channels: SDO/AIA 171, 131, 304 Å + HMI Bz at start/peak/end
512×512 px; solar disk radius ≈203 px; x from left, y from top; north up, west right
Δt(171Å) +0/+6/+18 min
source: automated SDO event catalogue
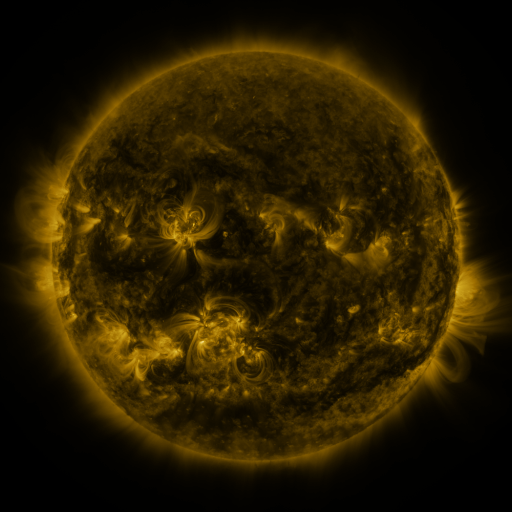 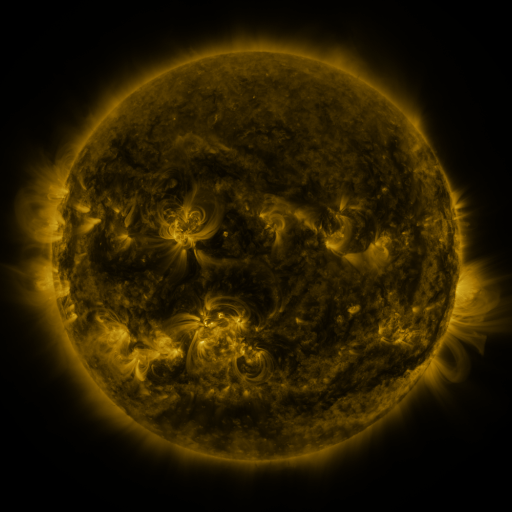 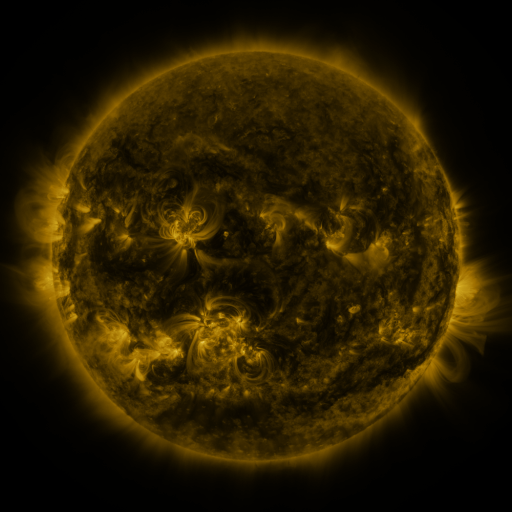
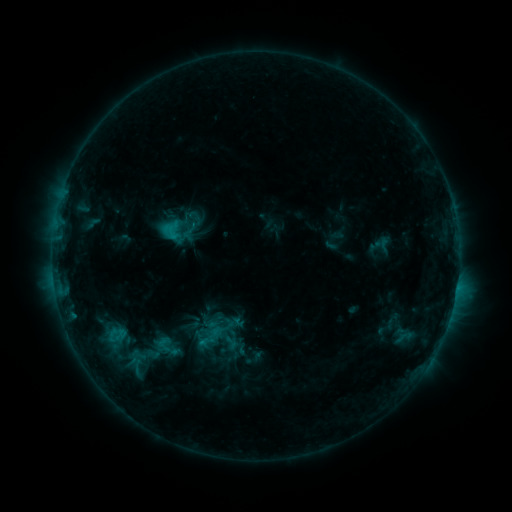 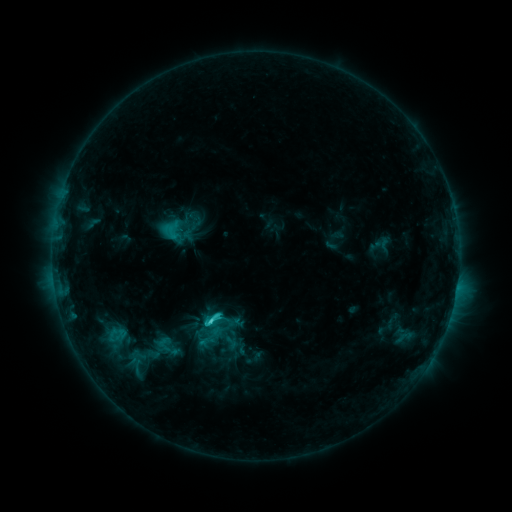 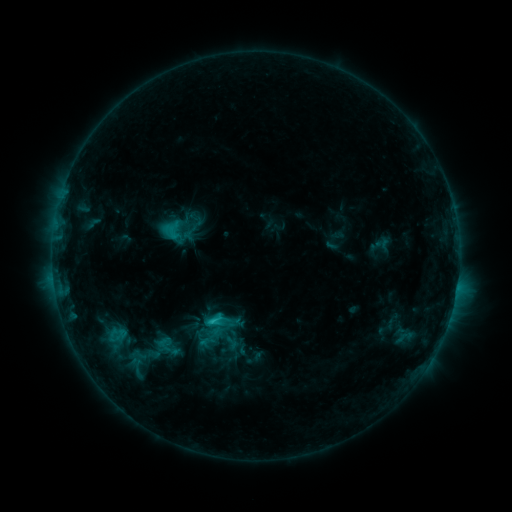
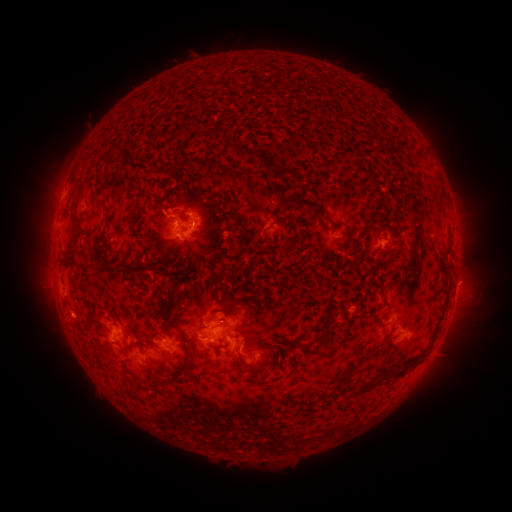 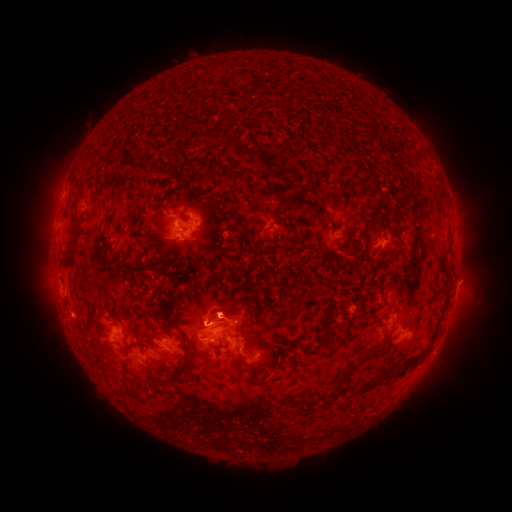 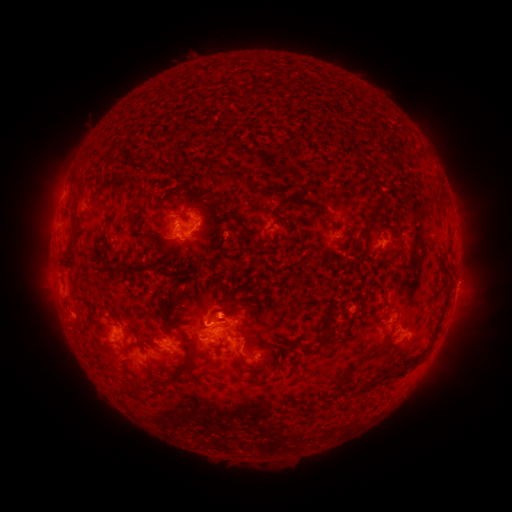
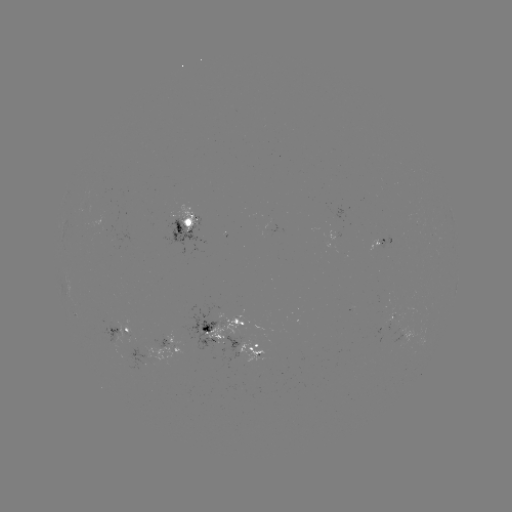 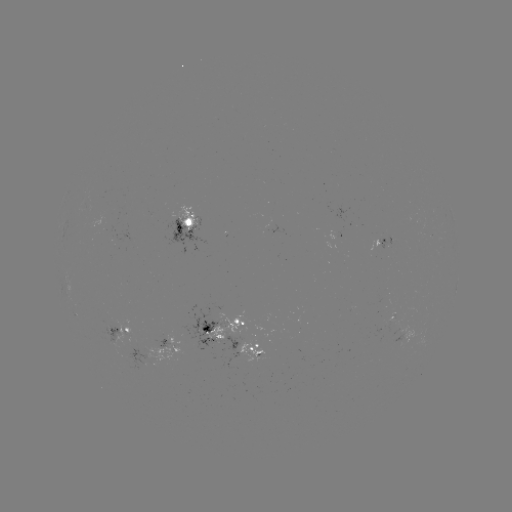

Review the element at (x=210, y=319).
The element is C3.2 flare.